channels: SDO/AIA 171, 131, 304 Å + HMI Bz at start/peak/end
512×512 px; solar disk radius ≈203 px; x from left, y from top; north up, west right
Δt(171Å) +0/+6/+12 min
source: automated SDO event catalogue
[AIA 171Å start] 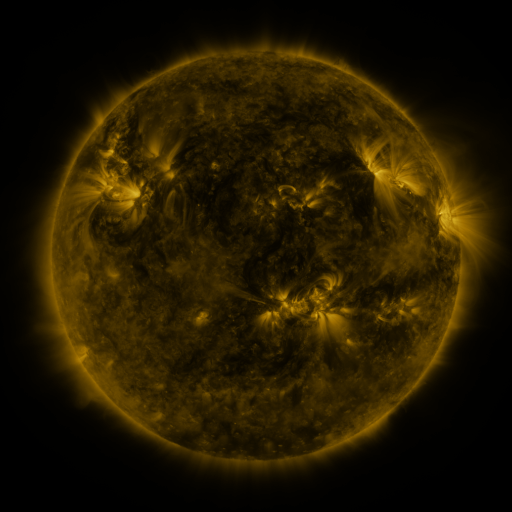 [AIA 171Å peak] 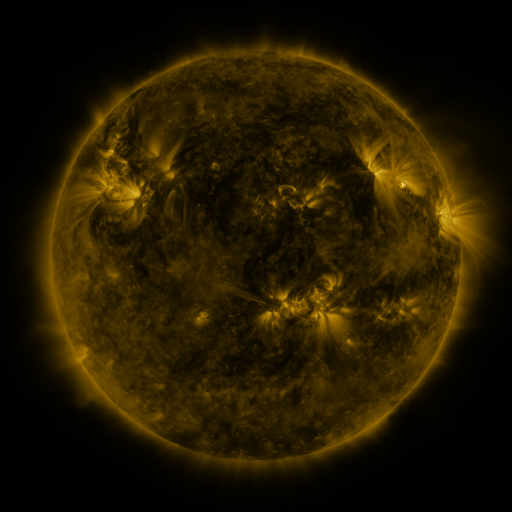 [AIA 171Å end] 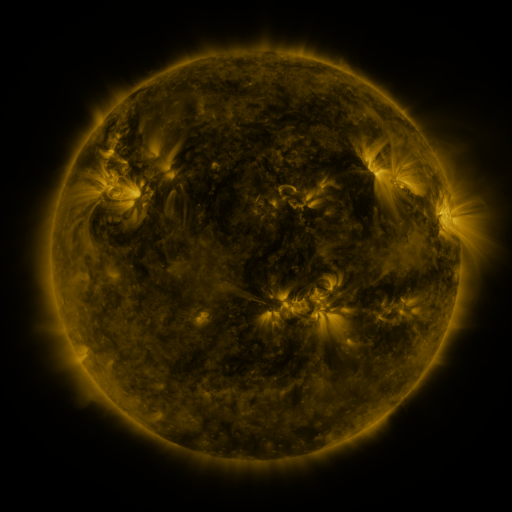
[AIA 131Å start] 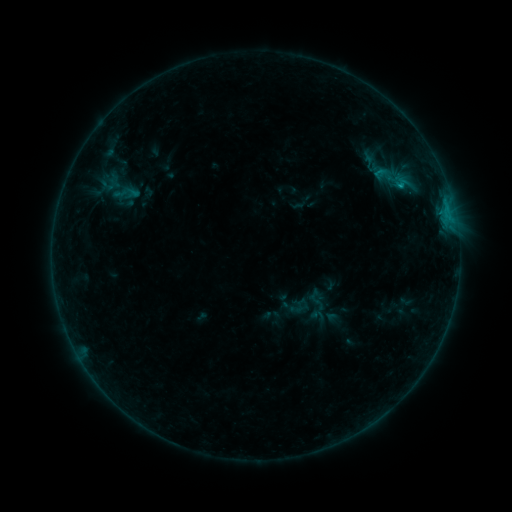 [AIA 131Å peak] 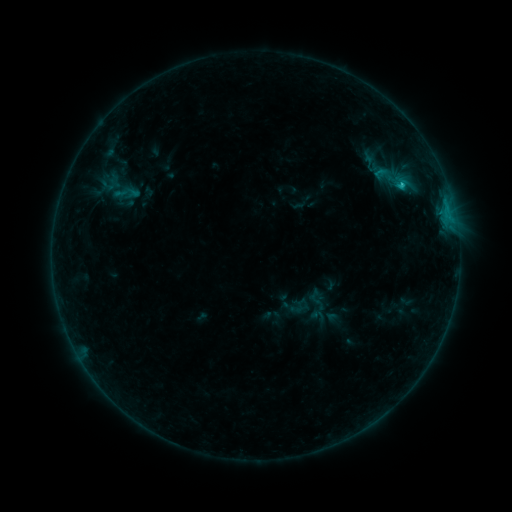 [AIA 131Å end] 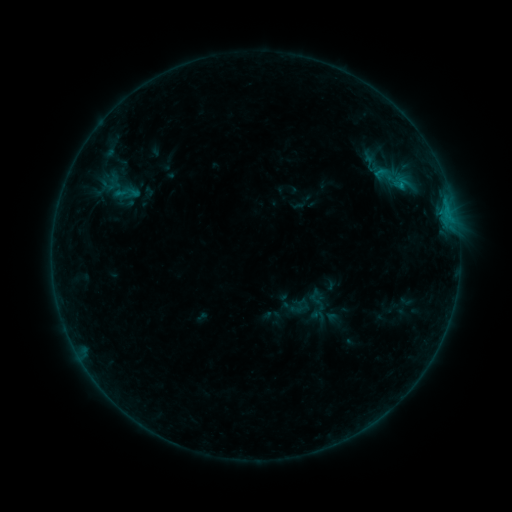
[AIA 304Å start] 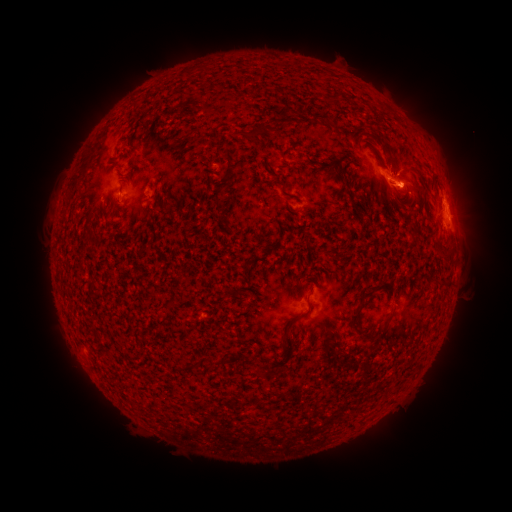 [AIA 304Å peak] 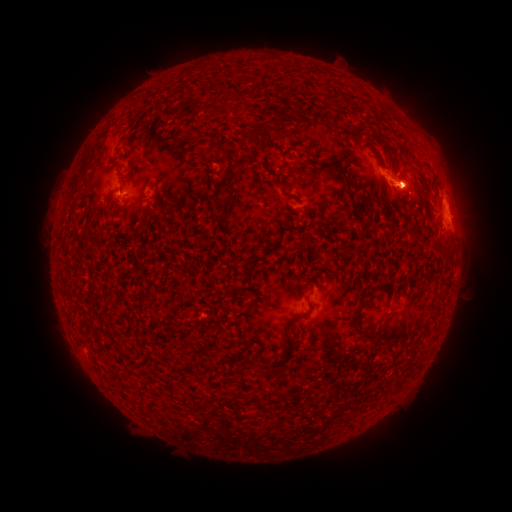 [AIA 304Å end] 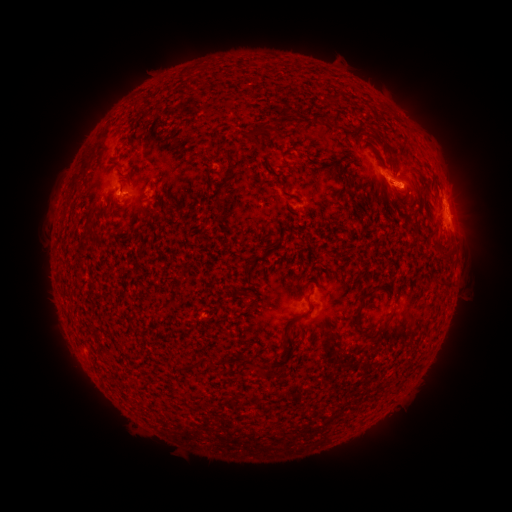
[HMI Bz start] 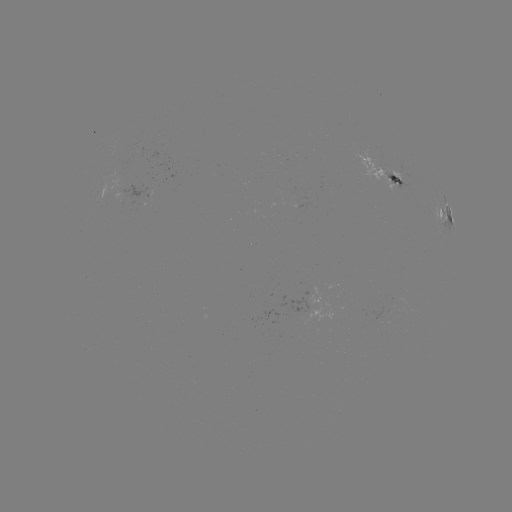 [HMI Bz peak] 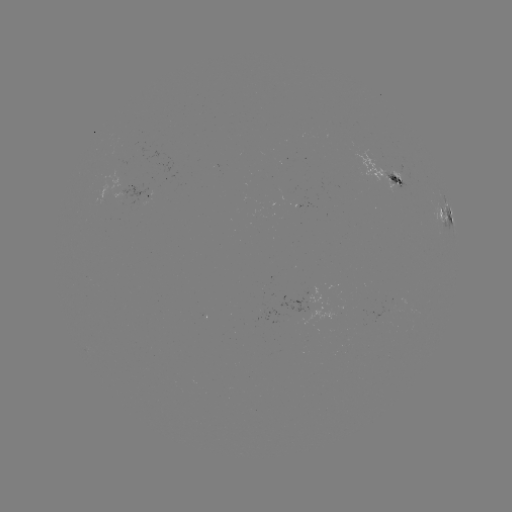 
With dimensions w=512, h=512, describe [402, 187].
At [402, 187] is B9.7 flare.